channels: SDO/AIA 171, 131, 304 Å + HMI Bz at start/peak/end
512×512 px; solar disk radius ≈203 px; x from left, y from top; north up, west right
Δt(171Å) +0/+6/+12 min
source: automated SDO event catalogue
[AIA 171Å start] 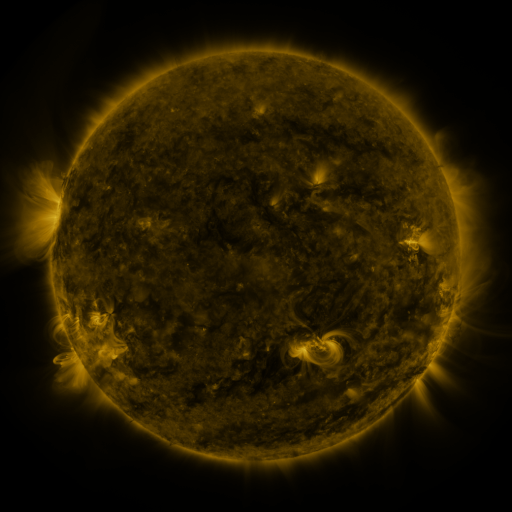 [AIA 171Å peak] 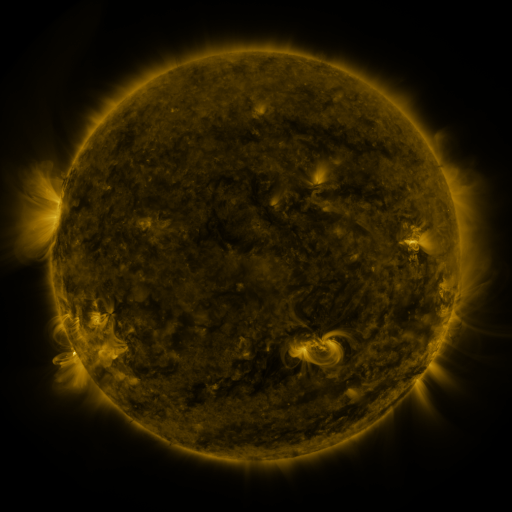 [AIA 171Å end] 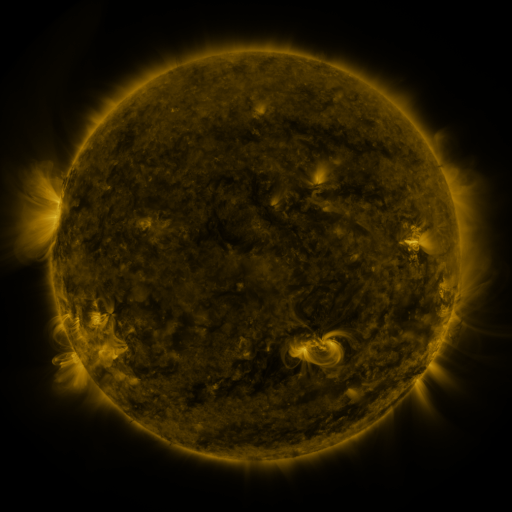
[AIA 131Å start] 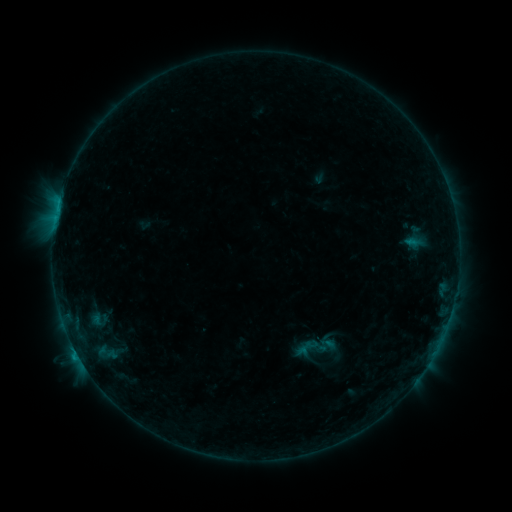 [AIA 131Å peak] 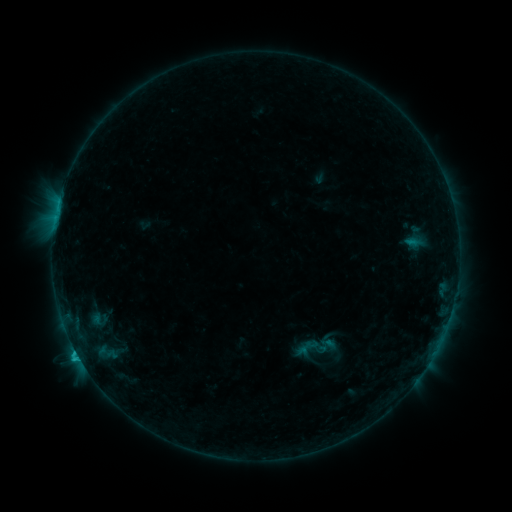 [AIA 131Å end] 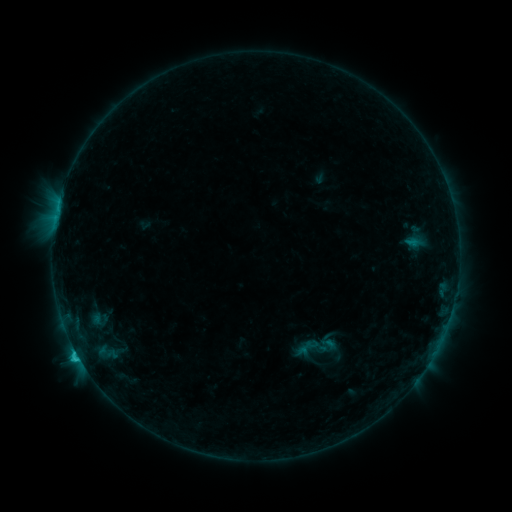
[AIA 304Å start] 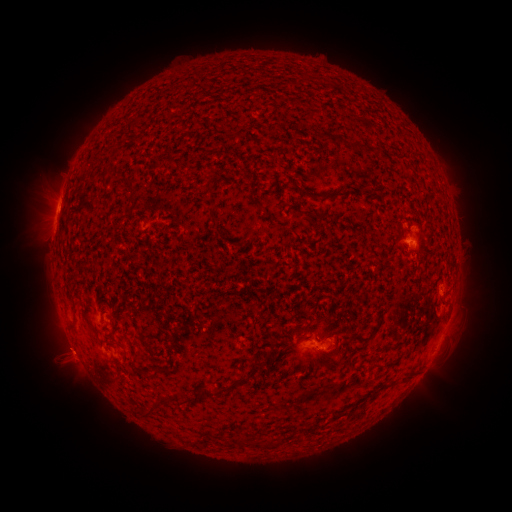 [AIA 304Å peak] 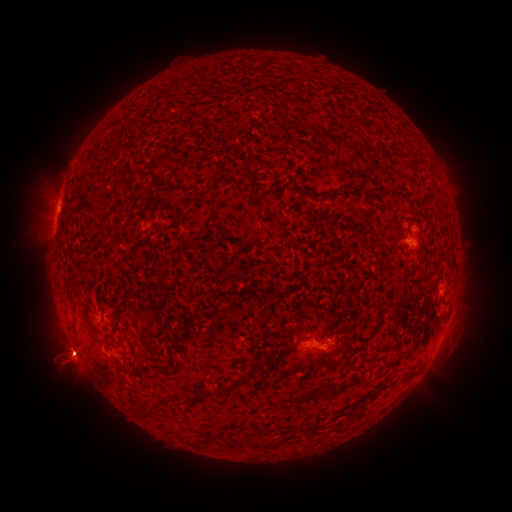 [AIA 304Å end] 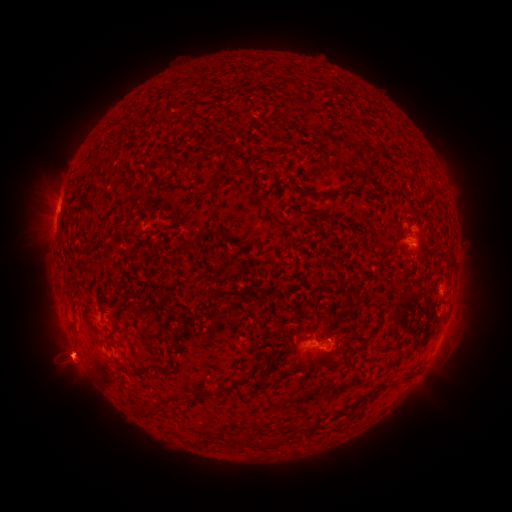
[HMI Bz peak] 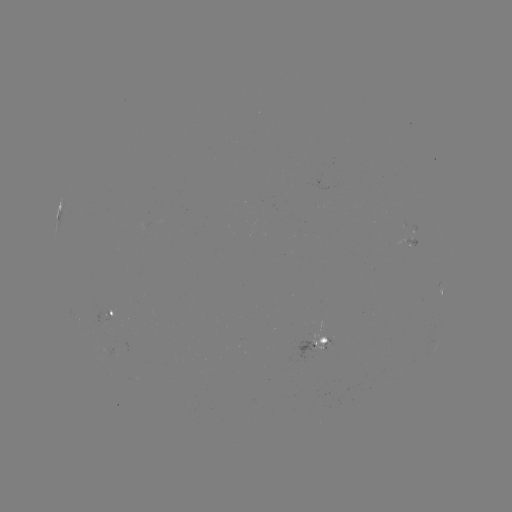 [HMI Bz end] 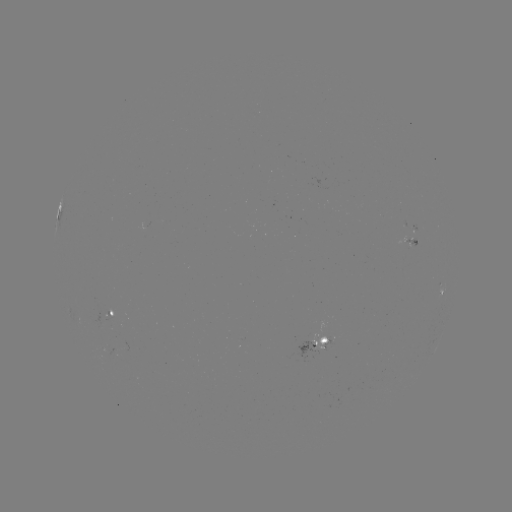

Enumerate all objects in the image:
eruption: (70, 365)
